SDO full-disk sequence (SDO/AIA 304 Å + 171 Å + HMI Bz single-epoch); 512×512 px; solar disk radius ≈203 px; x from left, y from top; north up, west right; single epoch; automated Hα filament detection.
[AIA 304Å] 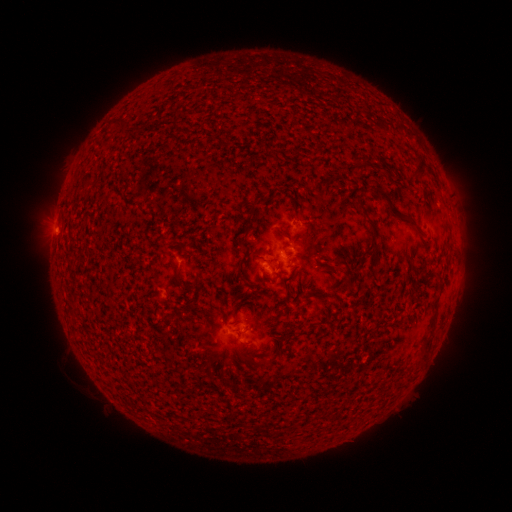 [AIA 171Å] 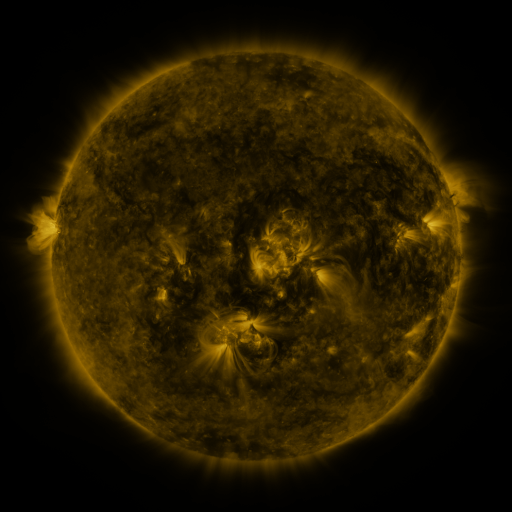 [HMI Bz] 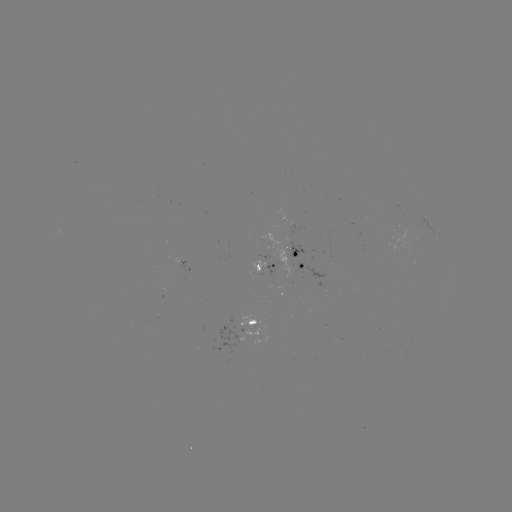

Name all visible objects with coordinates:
filament: <bbox>109, 118, 127, 128</bbox>
filament: <bbox>411, 152, 426, 181</bbox>
filament: <bbox>393, 175, 403, 183</bbox>
filament: <bbox>371, 184, 399, 214</bbox>
filament: <bbox>352, 198, 364, 211</bbox>
filament: <bbox>409, 218, 422, 232</bbox>
filament: <bbox>369, 231, 379, 268</bbox>
filament: <bbox>234, 240, 245, 248</bbox>
filament: <bbox>236, 261, 248, 281</bbox>
filament: <bbox>173, 266, 184, 286</bbox>
filament: <bbox>427, 271, 435, 279</bbox>
filament: <bbox>226, 289, 245, 306</bbox>
filament: <bbox>424, 293, 441, 348</bbox>
filament: <bbox>247, 300, 257, 311</bbox>
filament: <bbox>247, 319, 257, 326</bbox>
filament: <bbox>272, 333, 282, 339</bbox>
filament: <bbox>237, 350, 267, 368</bbox>
